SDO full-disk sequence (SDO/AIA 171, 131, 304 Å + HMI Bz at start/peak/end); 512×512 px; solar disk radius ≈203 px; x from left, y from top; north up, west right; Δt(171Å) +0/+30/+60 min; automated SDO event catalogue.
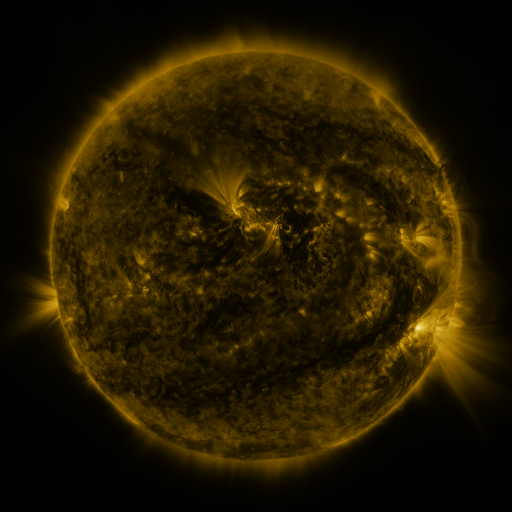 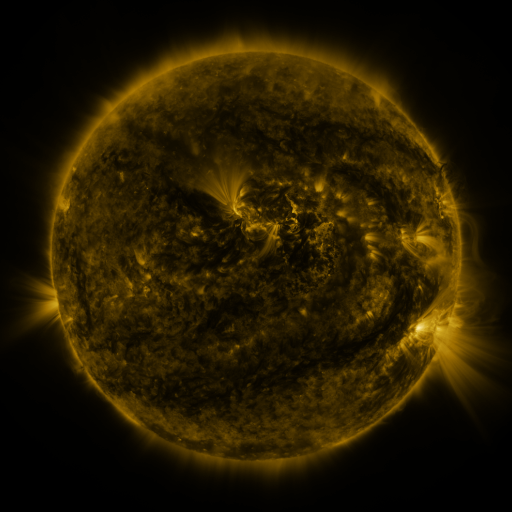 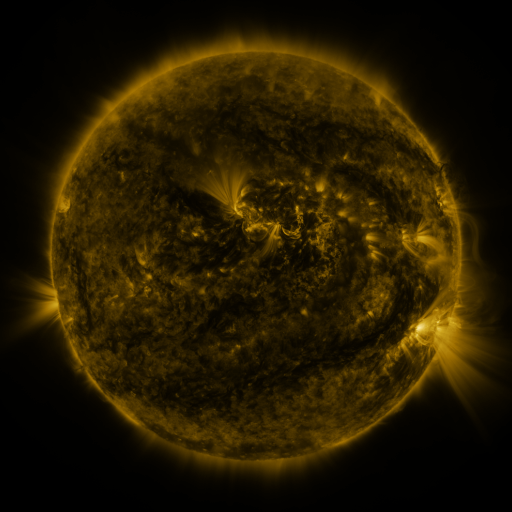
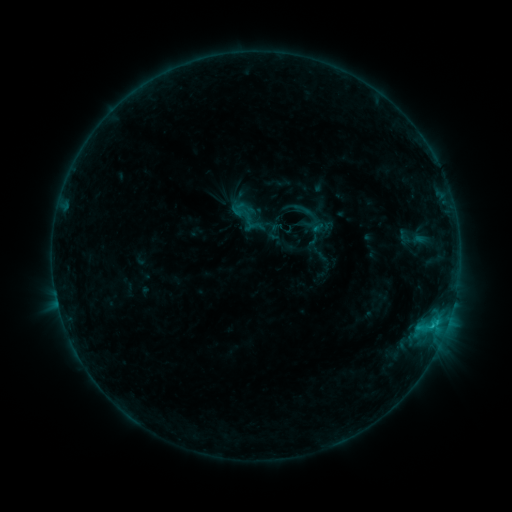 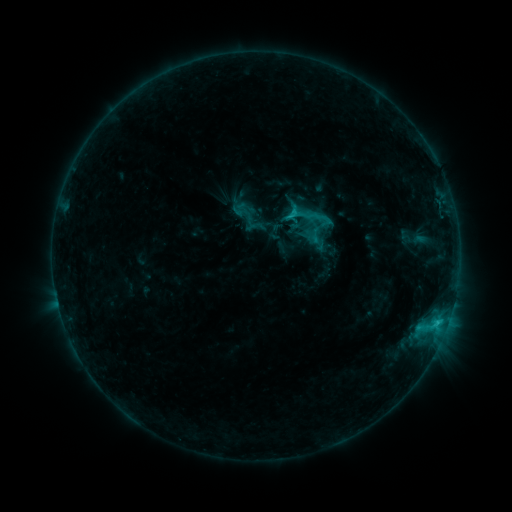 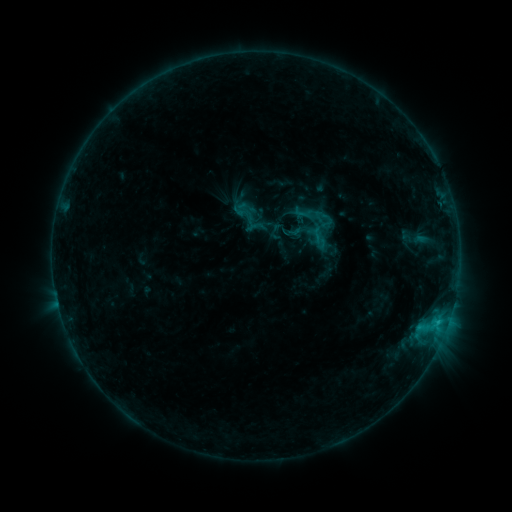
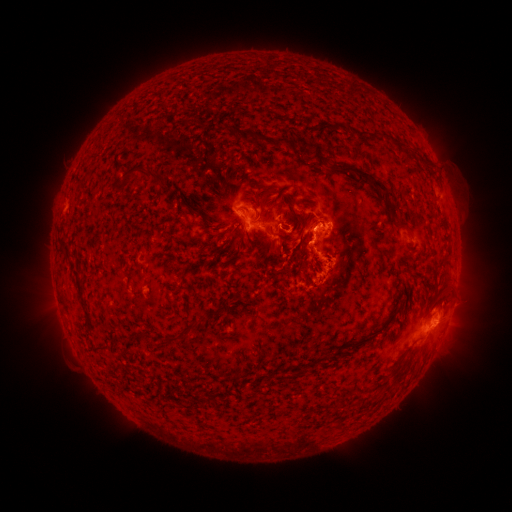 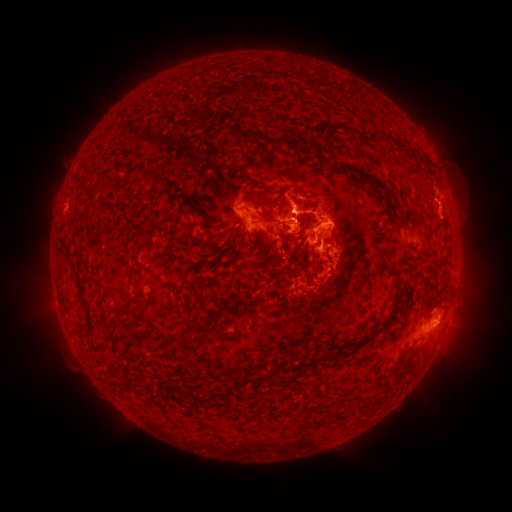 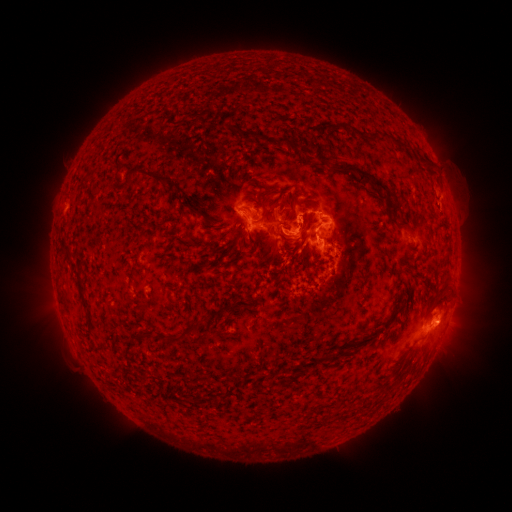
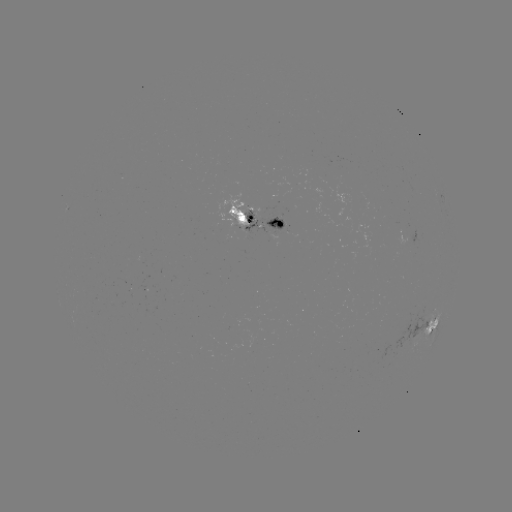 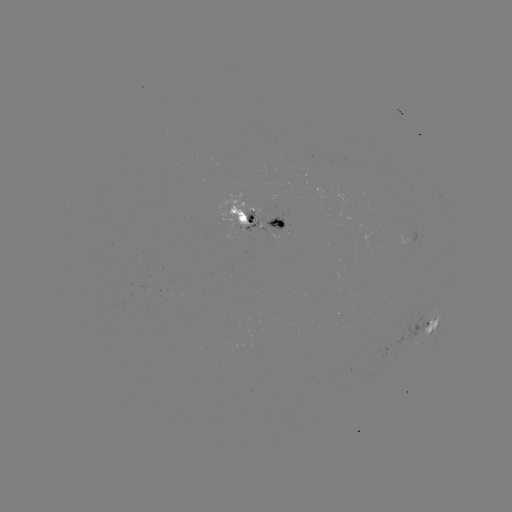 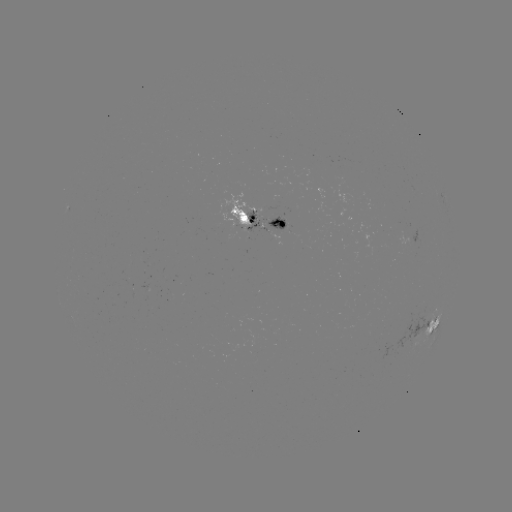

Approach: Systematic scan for C3.2 flare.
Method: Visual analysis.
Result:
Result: C3.2 flare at [293, 216].